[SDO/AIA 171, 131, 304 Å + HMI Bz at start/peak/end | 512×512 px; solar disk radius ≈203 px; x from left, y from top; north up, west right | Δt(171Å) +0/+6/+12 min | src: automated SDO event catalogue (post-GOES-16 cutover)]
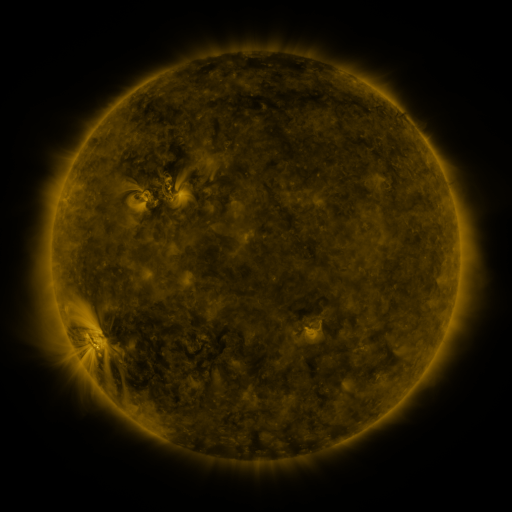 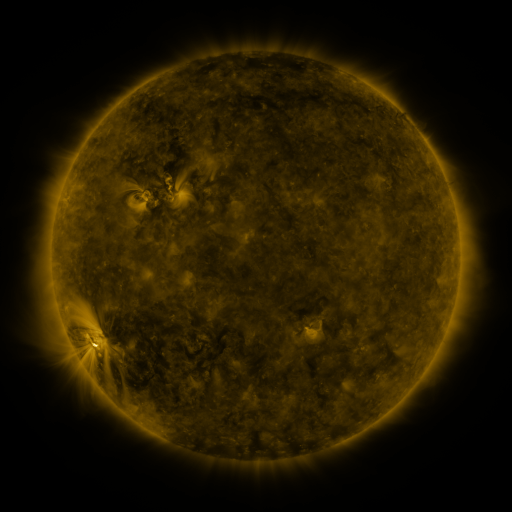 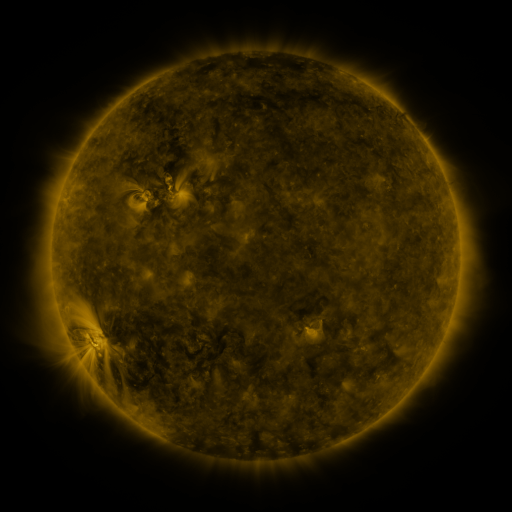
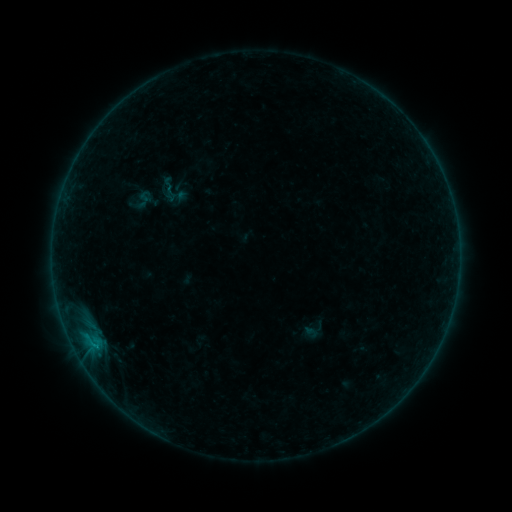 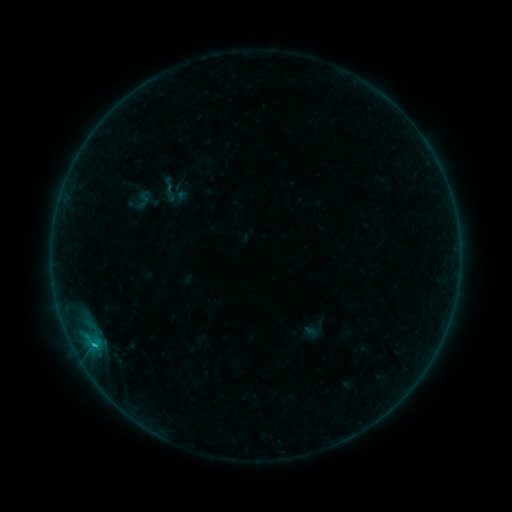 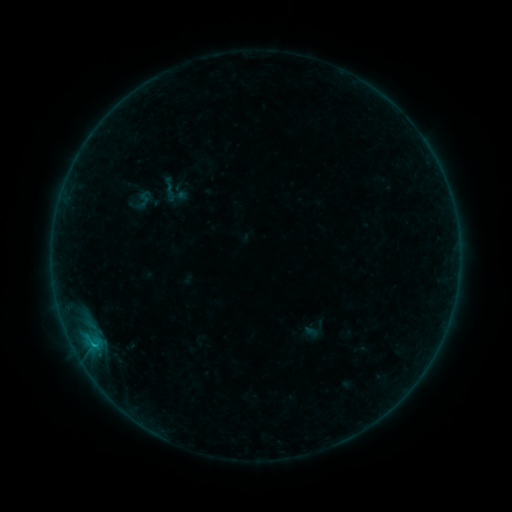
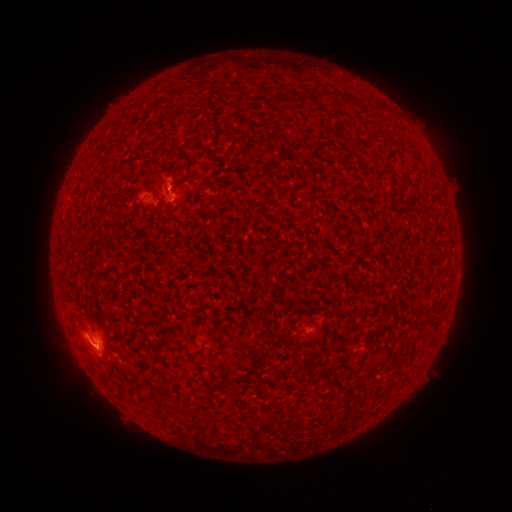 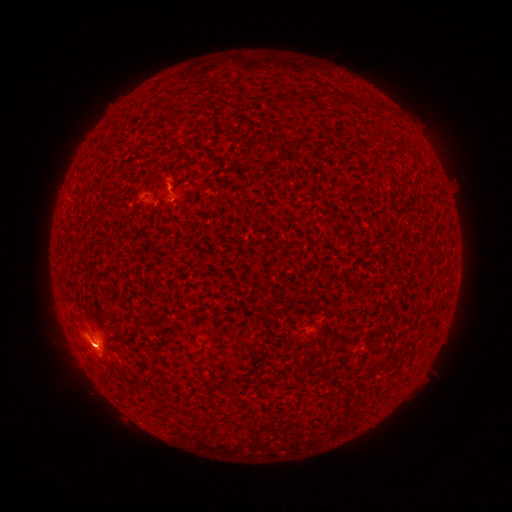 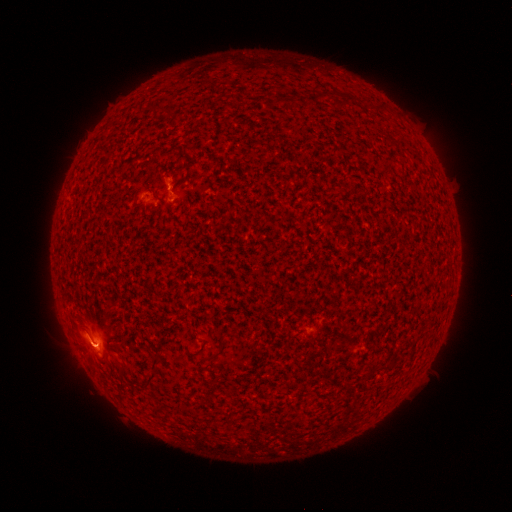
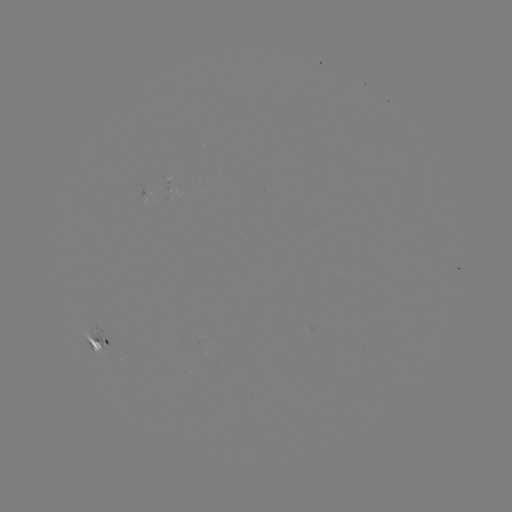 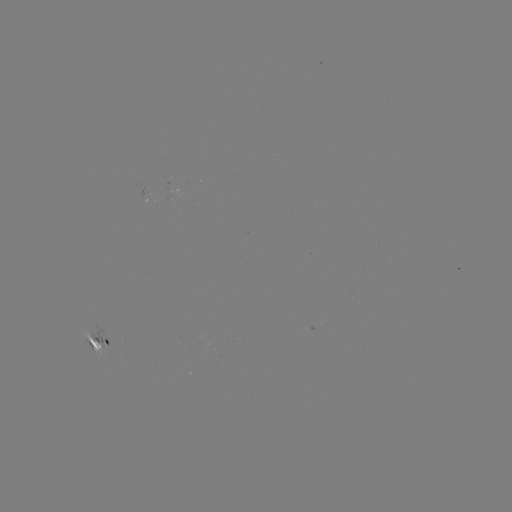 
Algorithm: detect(C1.0 flare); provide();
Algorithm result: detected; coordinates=(94, 345)